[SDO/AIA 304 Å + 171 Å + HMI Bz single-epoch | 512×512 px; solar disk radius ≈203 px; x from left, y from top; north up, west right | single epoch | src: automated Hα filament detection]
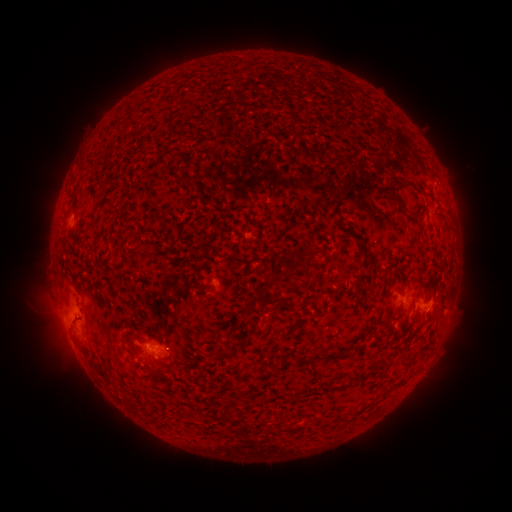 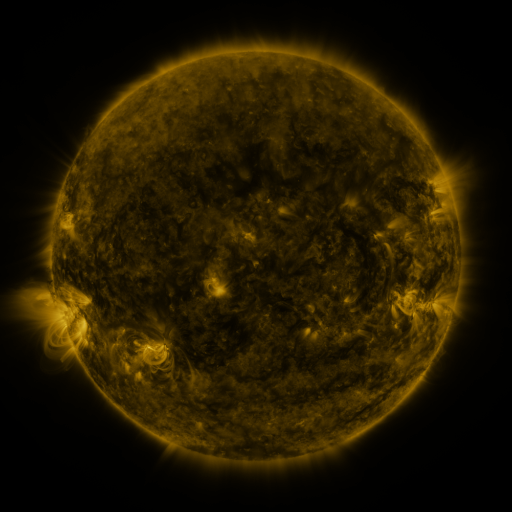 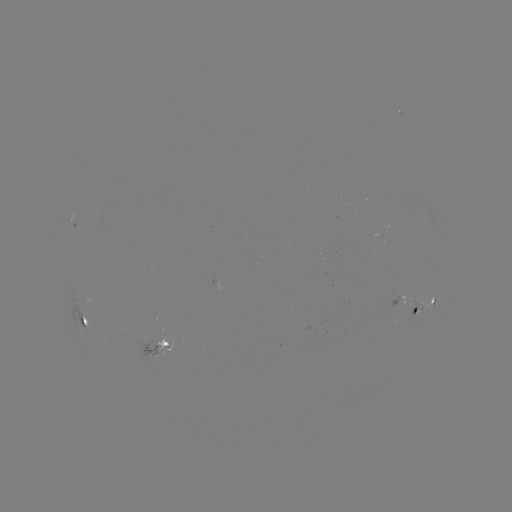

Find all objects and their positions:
filament: (305, 149, 315, 158)
filament: (415, 187, 432, 196)
filament: (386, 190, 419, 216)
filament: (156, 215, 166, 224)
filament: (323, 215, 334, 222)
filament: (177, 232, 184, 243)
filament: (358, 239, 367, 250)
filament: (305, 244, 315, 258)
filament: (288, 246, 302, 259)
filament: (266, 271, 280, 287)
filament: (369, 279, 381, 288)
filament: (277, 298, 297, 310)
filament: (291, 320, 301, 330)
filament: (131, 336, 142, 343)
filament: (169, 347, 176, 357)
filament: (301, 348, 345, 366)
filament: (211, 352, 233, 363)
filament: (355, 367, 374, 382)
